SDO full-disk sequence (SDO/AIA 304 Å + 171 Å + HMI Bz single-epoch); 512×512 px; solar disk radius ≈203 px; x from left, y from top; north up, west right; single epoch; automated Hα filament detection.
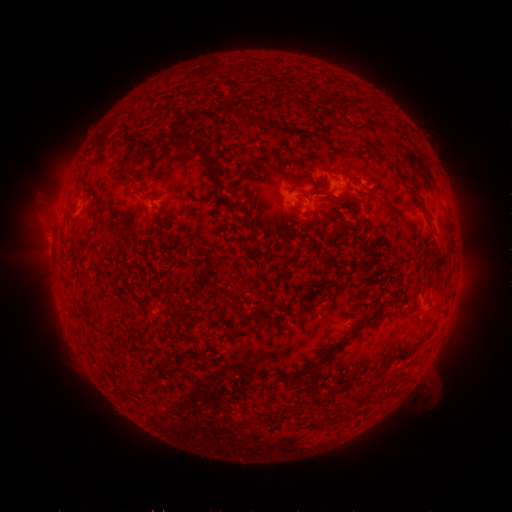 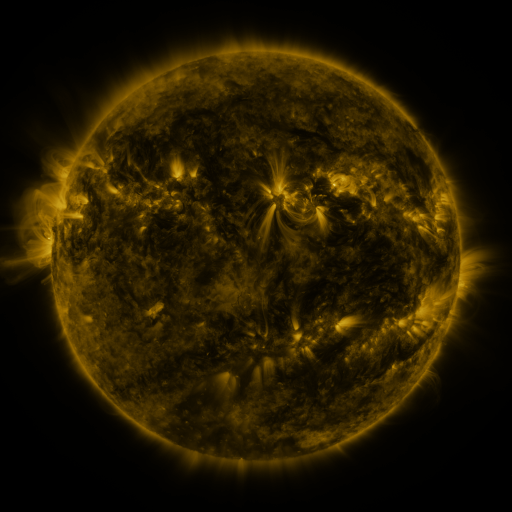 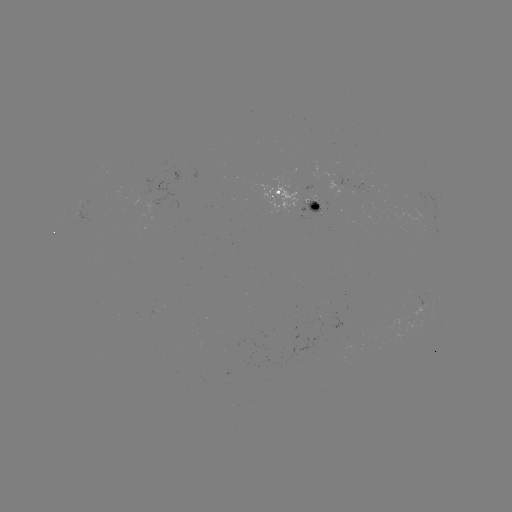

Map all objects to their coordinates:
filament: (251, 92)
filament: (236, 112)
filament: (269, 123)
filament: (189, 138)
filament: (344, 172)
filament: (127, 176)
filament: (143, 194)
filament: (306, 195)
filament: (339, 201)
filament: (236, 207)
filament: (97, 213)
filament: (83, 248)
filament: (238, 298)
filament: (193, 307)
filament: (334, 350)
filament: (135, 390)
